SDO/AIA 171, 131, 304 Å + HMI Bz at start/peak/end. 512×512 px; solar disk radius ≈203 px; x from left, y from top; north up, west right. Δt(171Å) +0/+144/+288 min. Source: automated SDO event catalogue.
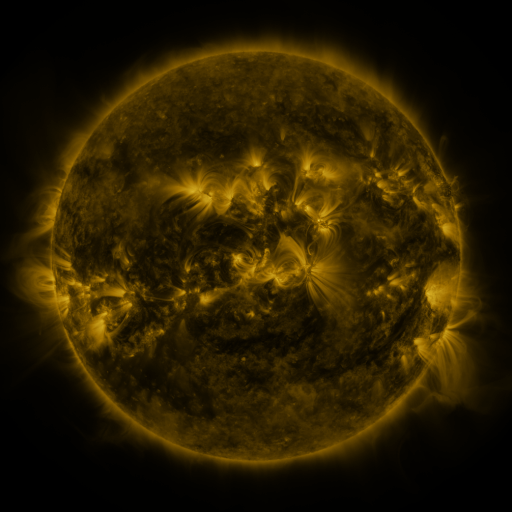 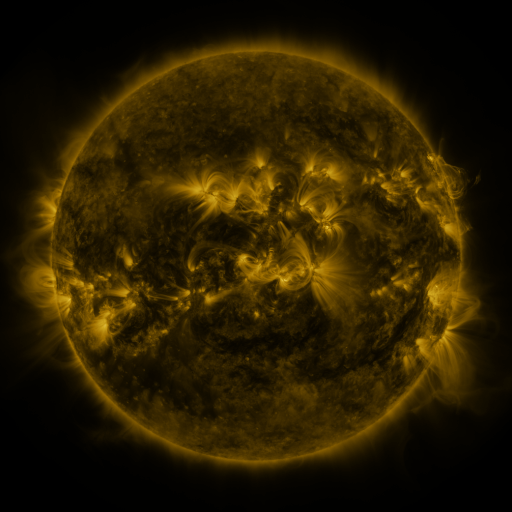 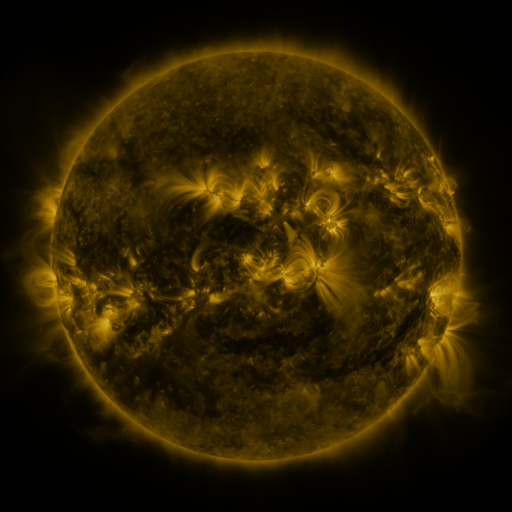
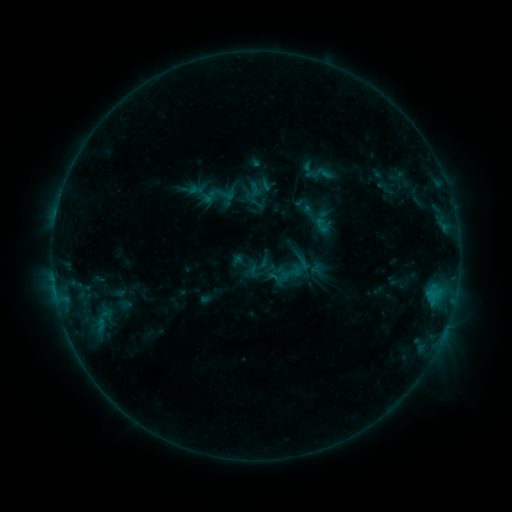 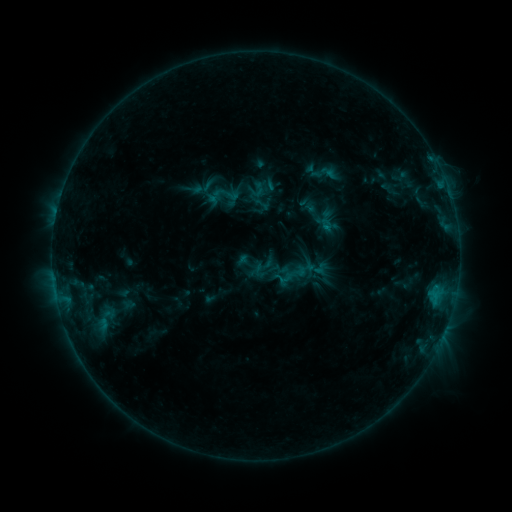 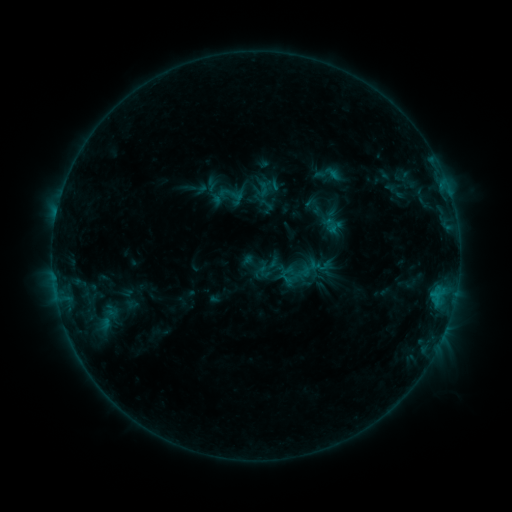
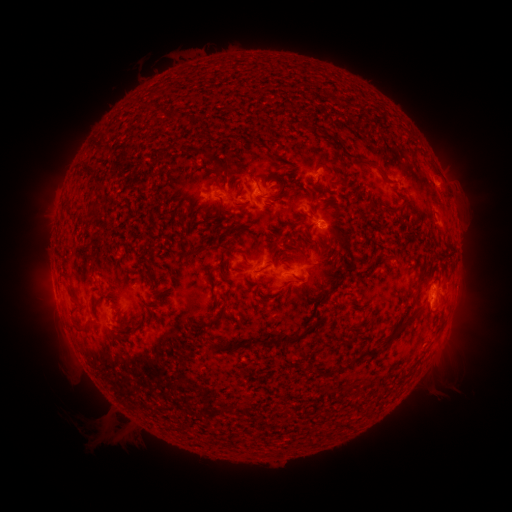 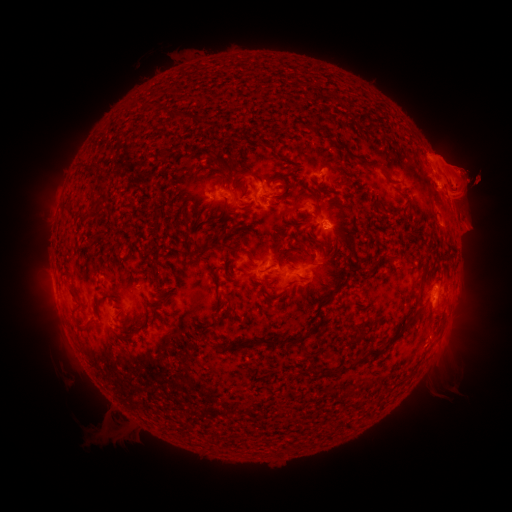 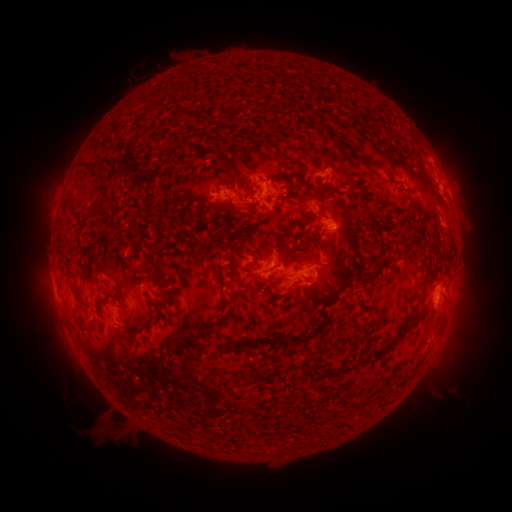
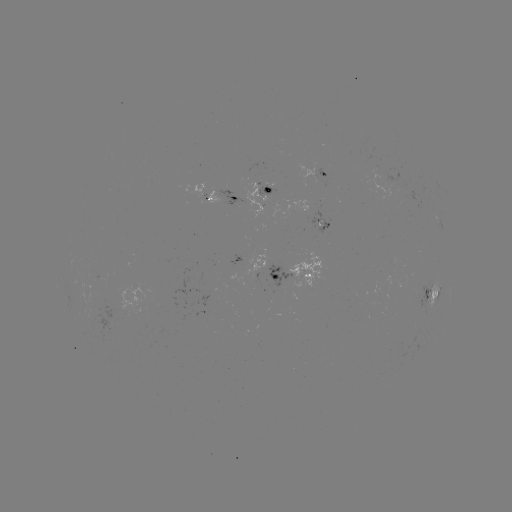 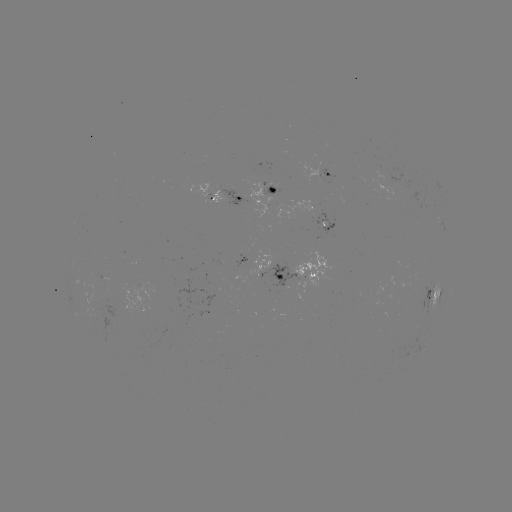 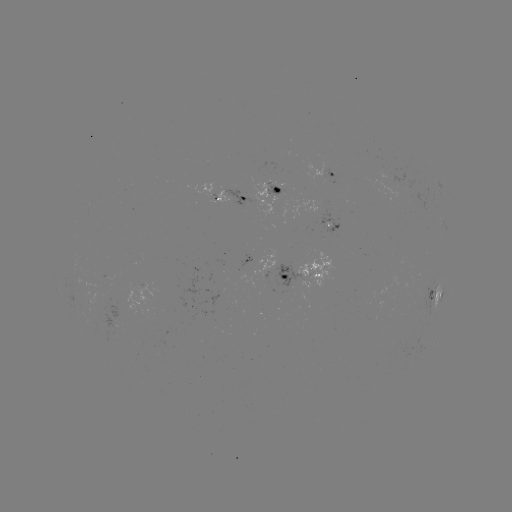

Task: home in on filament eruption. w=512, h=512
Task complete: (455, 187).